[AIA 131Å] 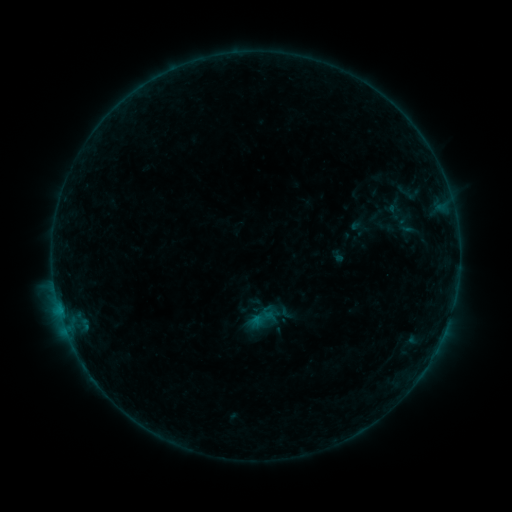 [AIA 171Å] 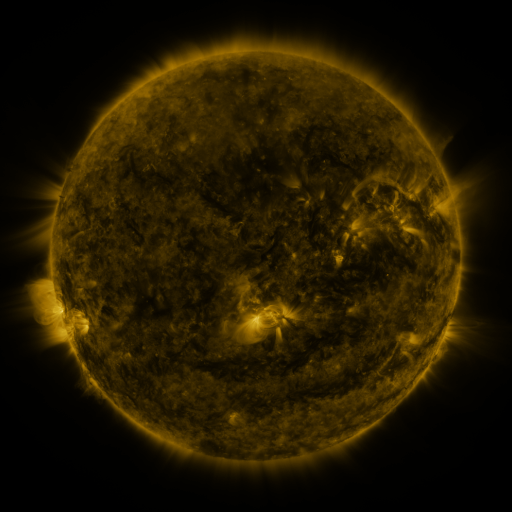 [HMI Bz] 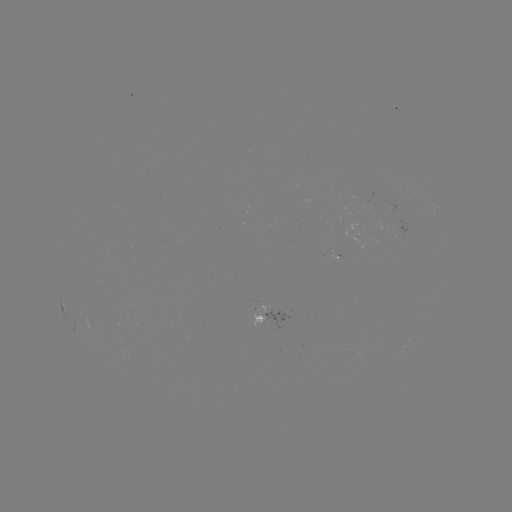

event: sigmoid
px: (262, 319)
